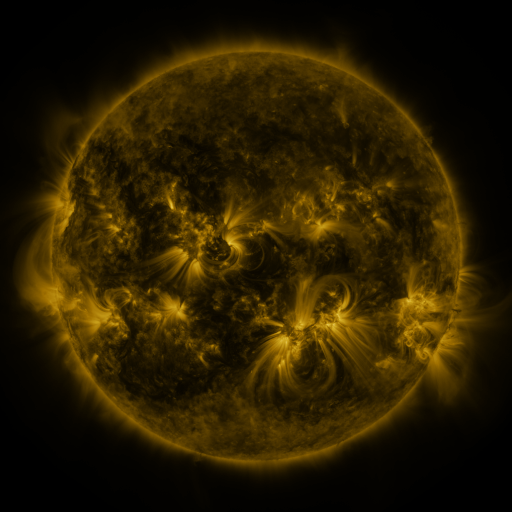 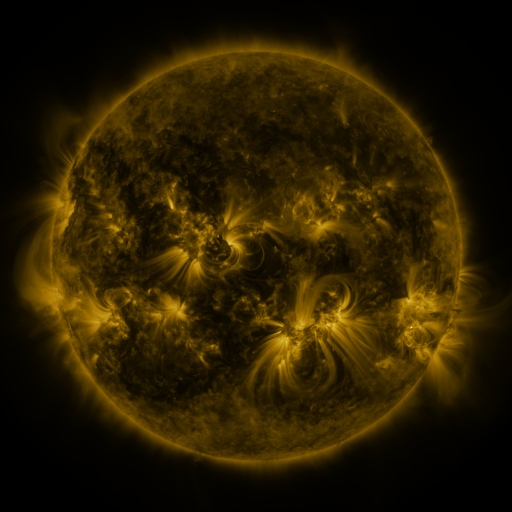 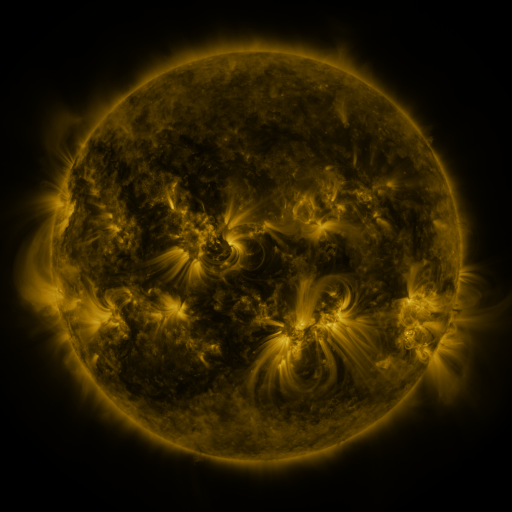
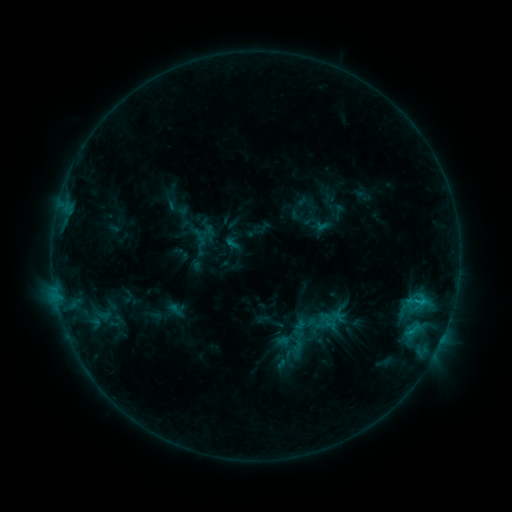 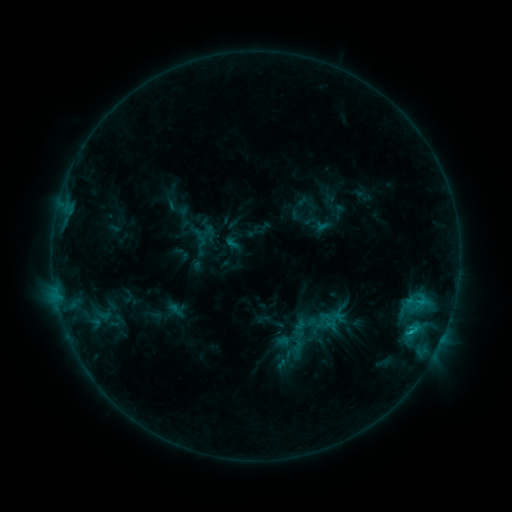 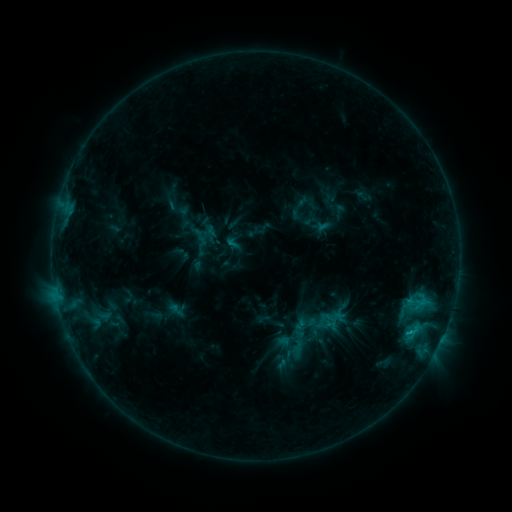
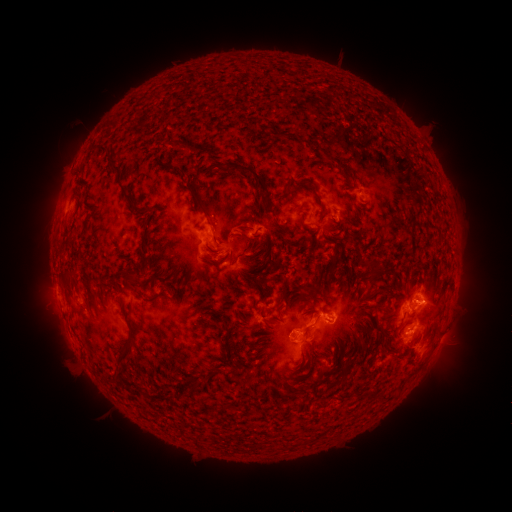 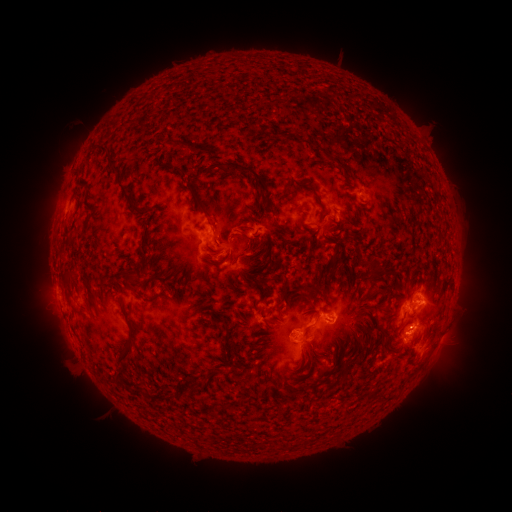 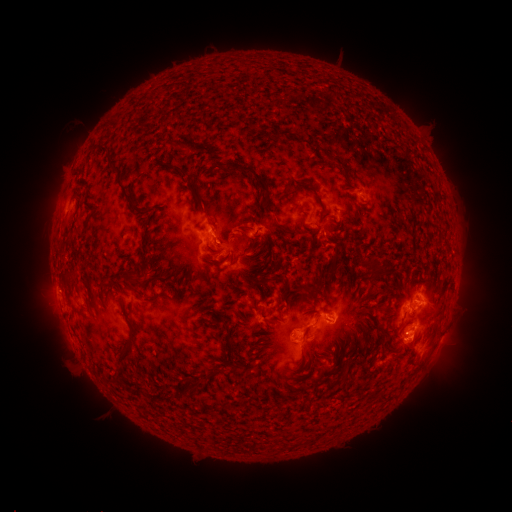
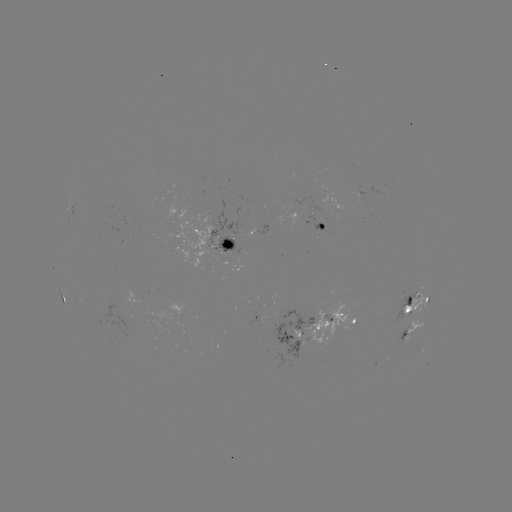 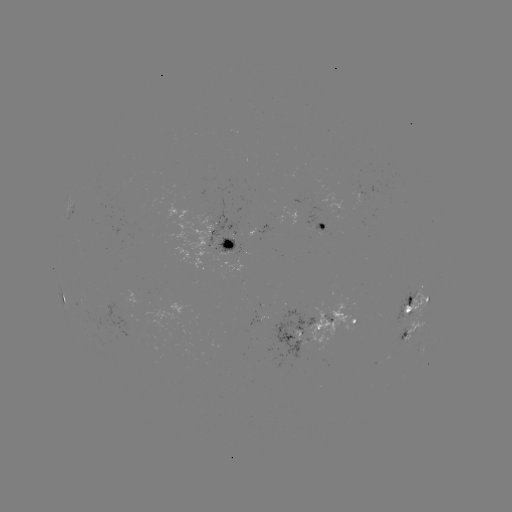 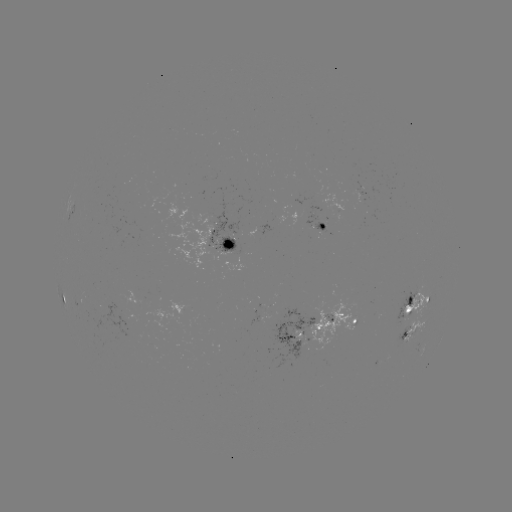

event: flare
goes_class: C1.4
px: (410, 330)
